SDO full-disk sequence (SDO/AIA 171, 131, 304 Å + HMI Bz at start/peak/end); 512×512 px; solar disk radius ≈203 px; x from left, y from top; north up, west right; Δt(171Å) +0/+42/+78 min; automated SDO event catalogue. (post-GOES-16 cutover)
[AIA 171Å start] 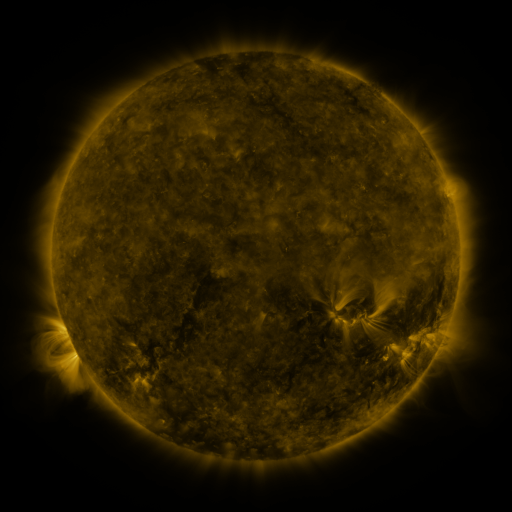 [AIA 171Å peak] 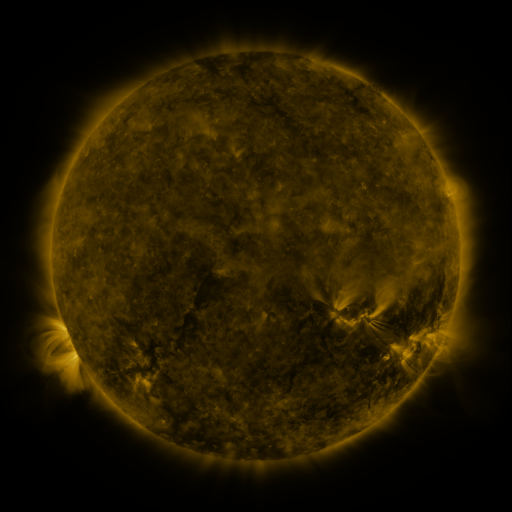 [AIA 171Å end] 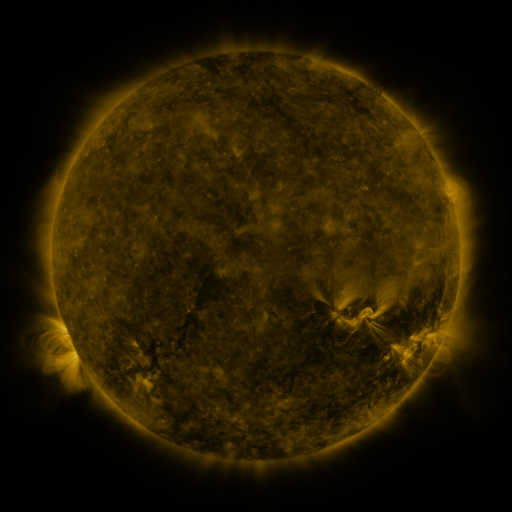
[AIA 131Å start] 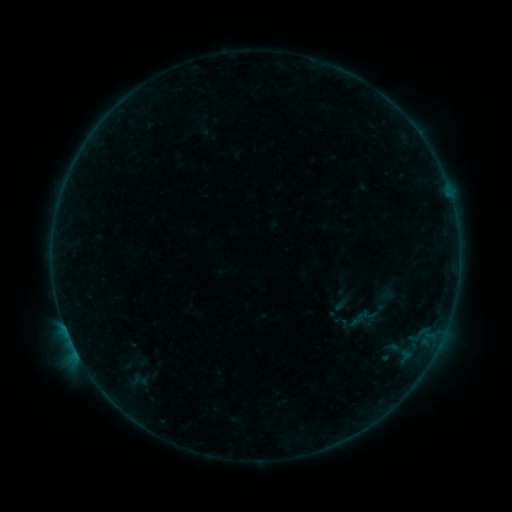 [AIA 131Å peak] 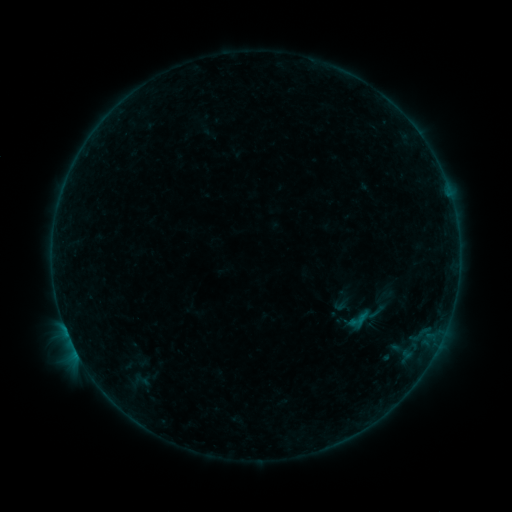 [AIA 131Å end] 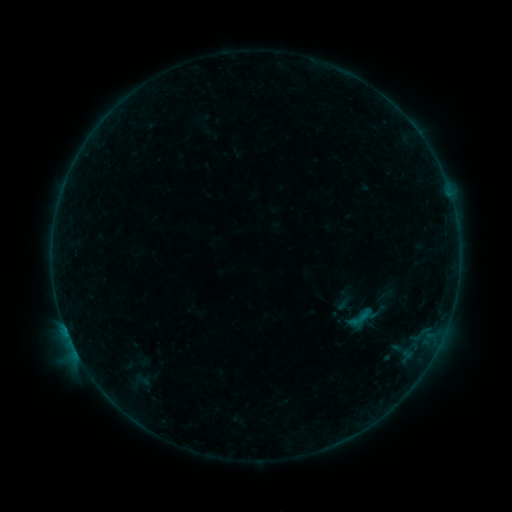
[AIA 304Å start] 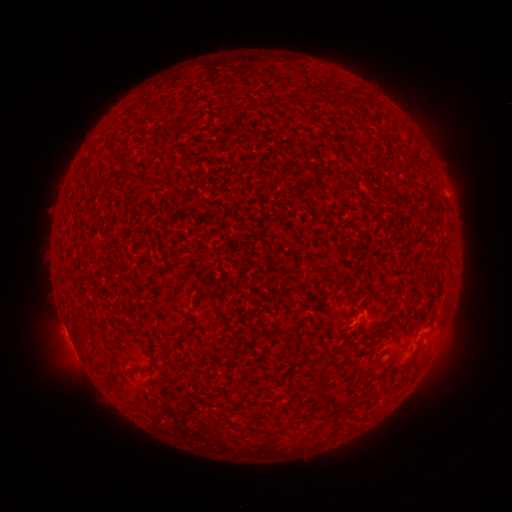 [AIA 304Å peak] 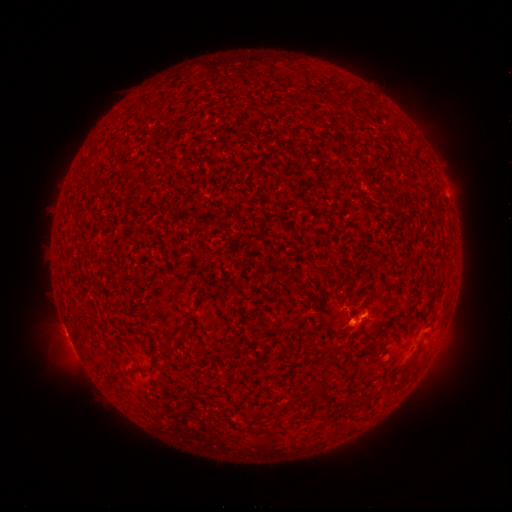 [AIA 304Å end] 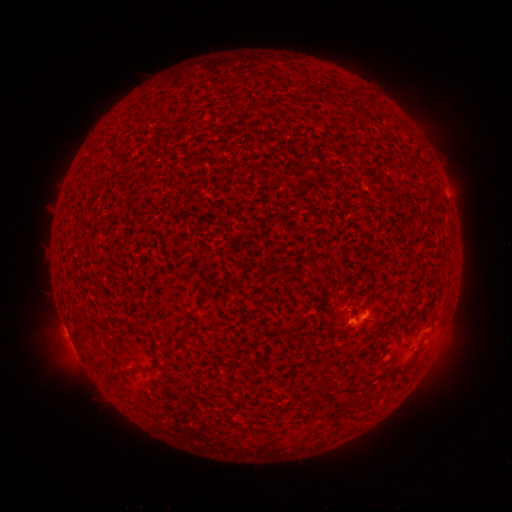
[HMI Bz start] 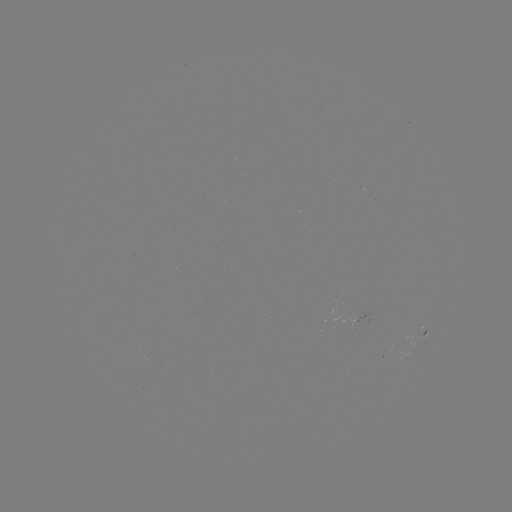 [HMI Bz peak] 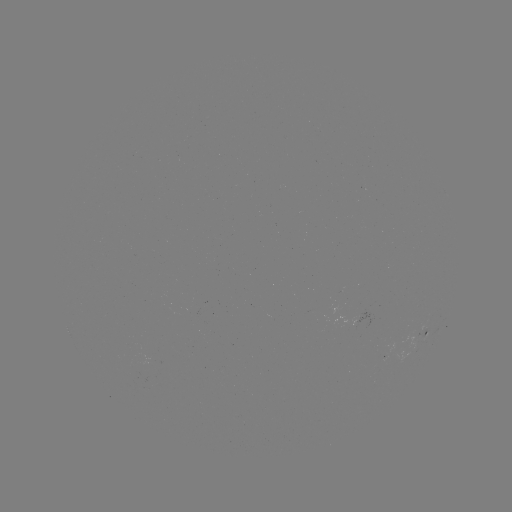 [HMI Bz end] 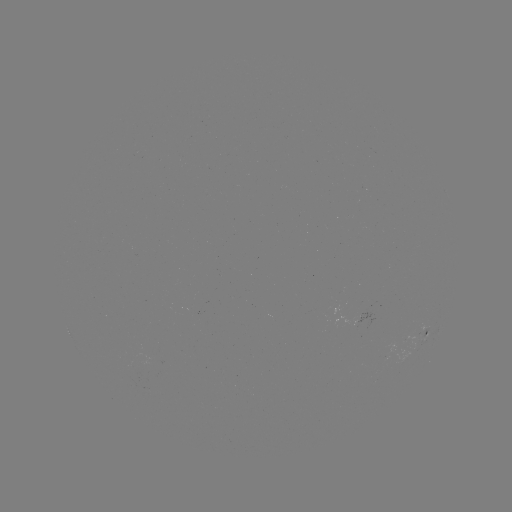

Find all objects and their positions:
B5.0 flare: (361, 317)
